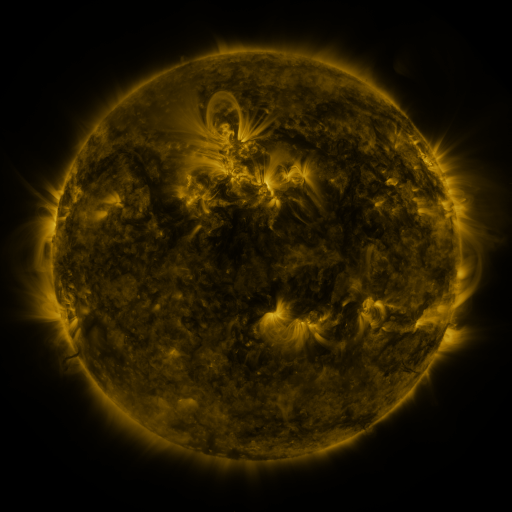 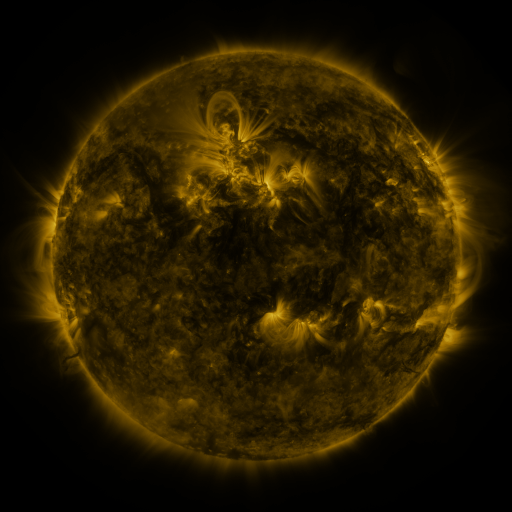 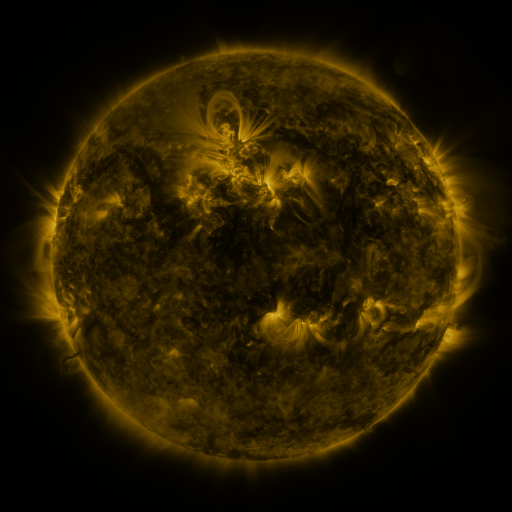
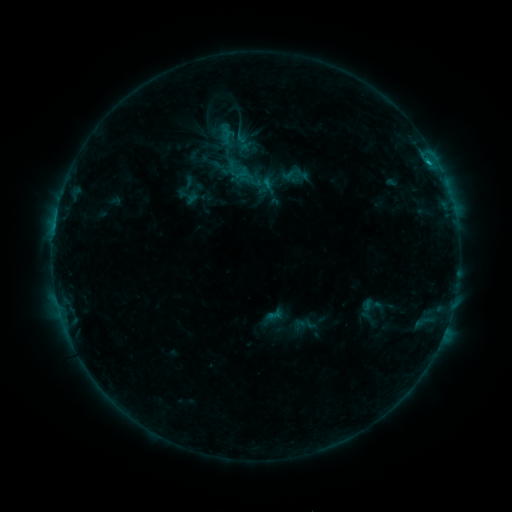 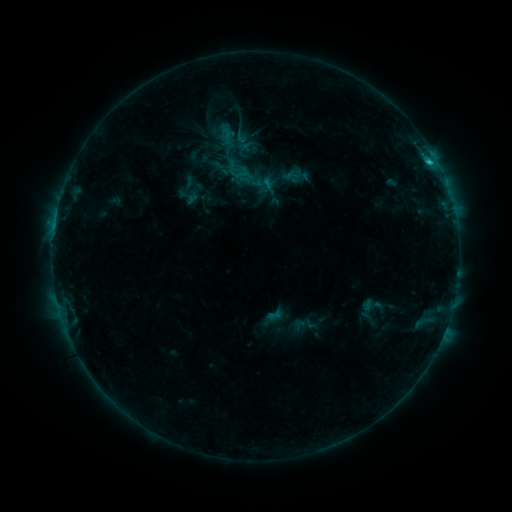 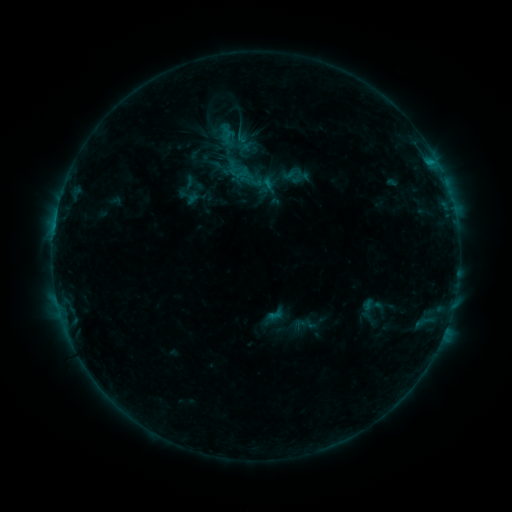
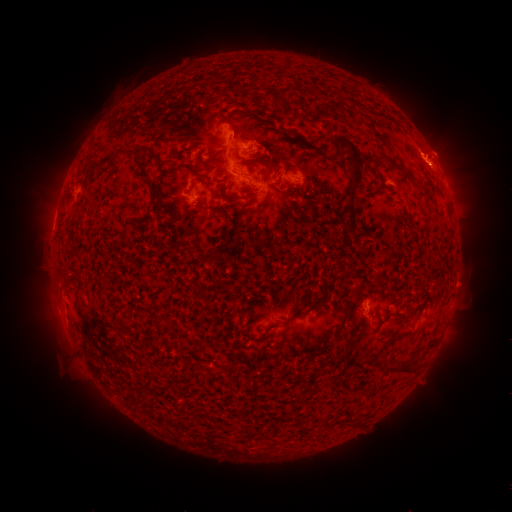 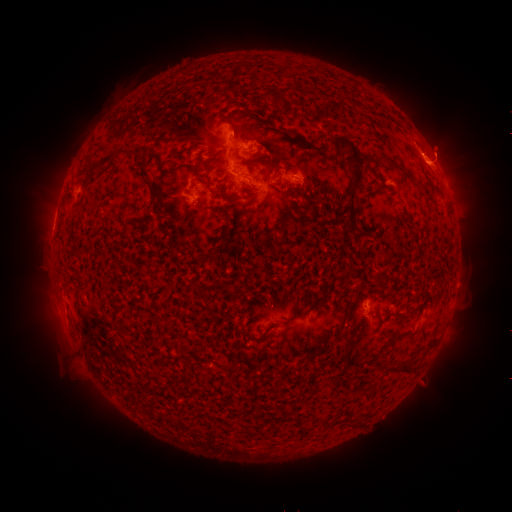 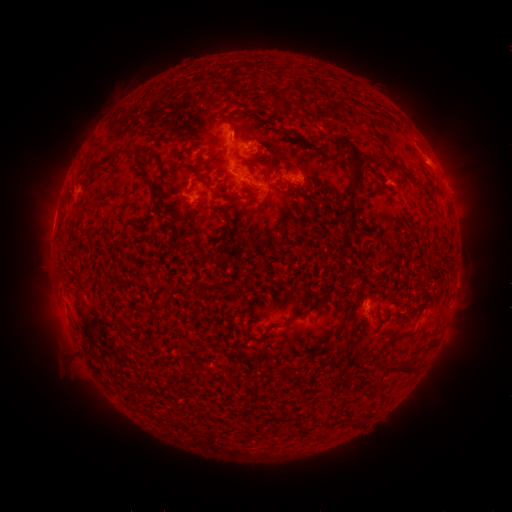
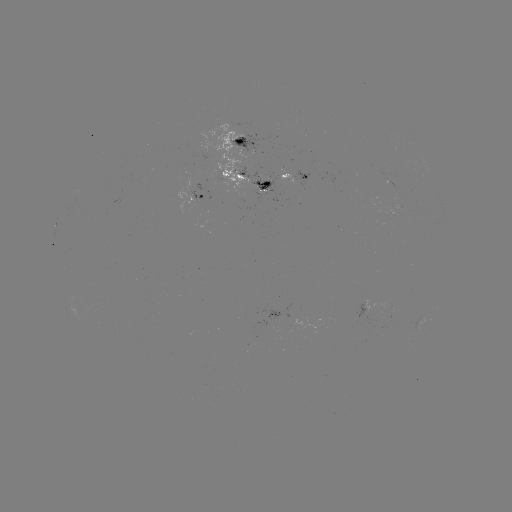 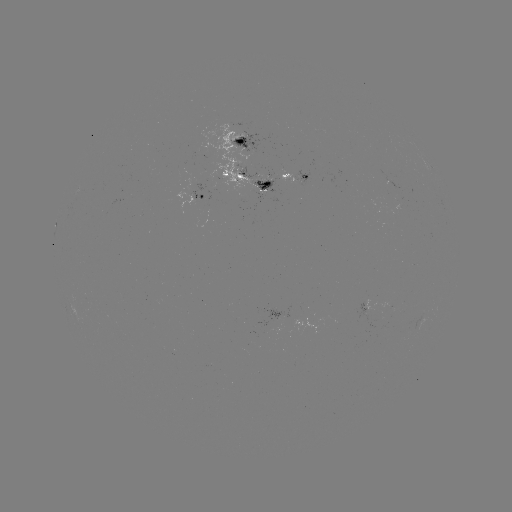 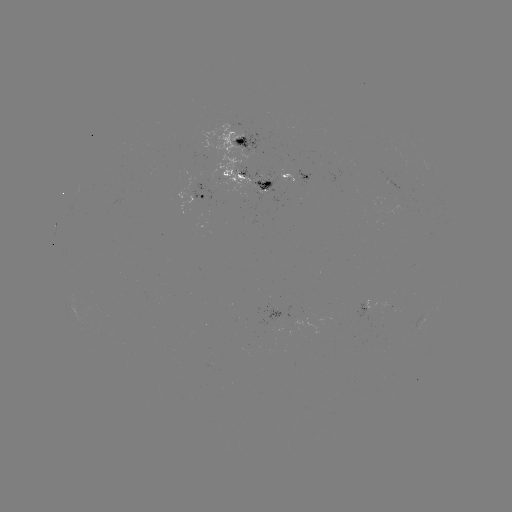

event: flare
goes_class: C1.3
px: (430, 165)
